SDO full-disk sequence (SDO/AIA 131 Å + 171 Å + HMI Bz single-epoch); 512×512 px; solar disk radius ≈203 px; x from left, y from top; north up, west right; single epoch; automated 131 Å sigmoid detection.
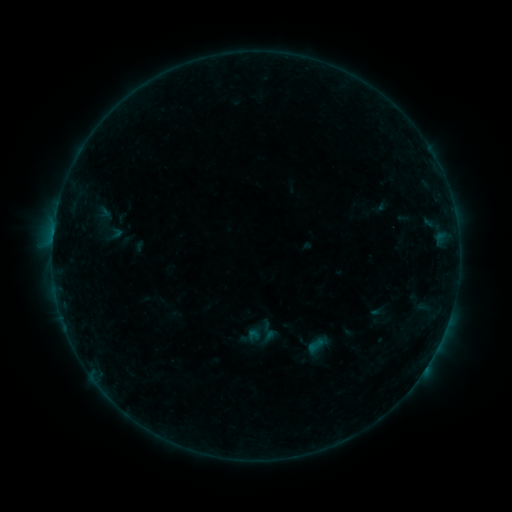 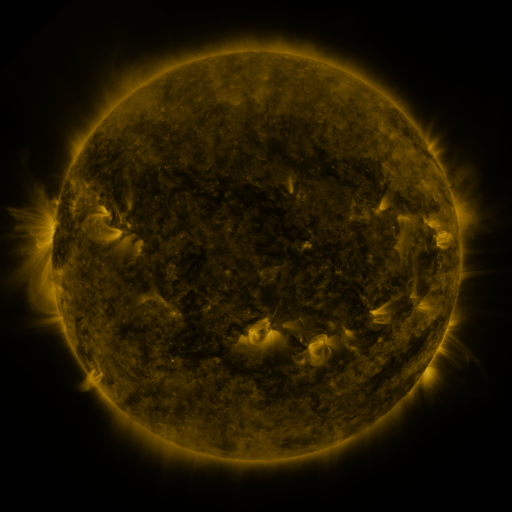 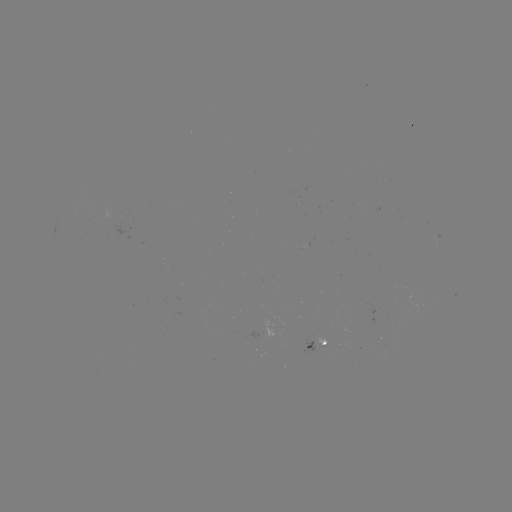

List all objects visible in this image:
sigmoid: <bbox>102, 218, 124, 243</bbox>
